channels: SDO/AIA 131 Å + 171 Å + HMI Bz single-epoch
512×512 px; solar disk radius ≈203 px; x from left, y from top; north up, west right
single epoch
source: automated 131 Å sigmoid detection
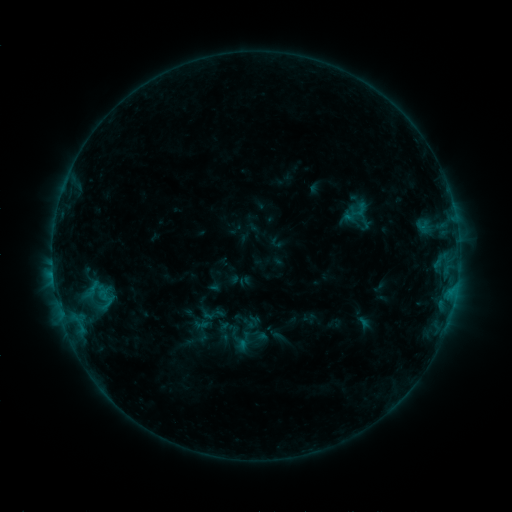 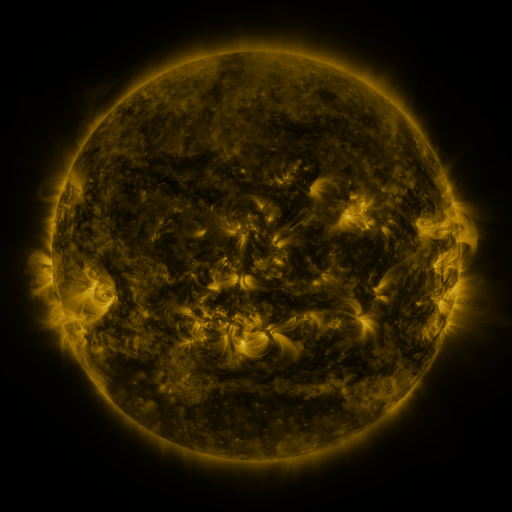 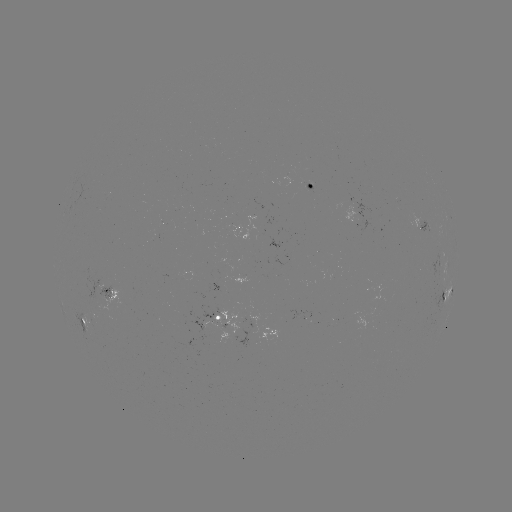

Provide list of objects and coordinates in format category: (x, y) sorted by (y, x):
sigmoid: (106, 301)
sigmoid: (212, 314)
